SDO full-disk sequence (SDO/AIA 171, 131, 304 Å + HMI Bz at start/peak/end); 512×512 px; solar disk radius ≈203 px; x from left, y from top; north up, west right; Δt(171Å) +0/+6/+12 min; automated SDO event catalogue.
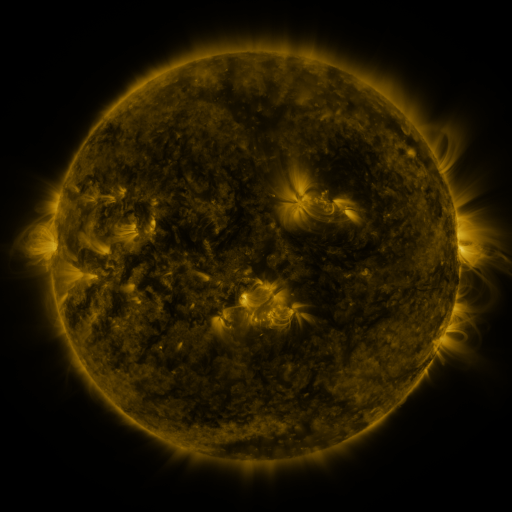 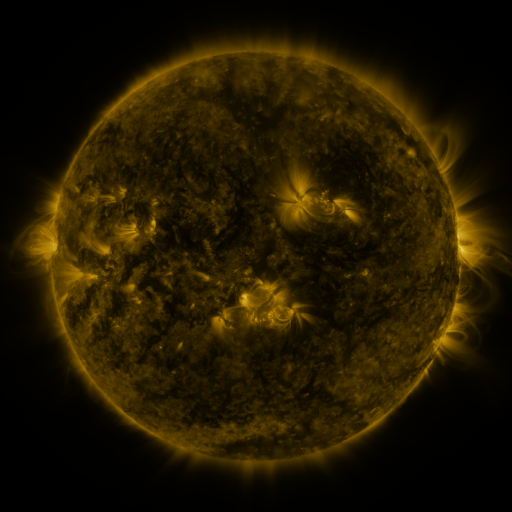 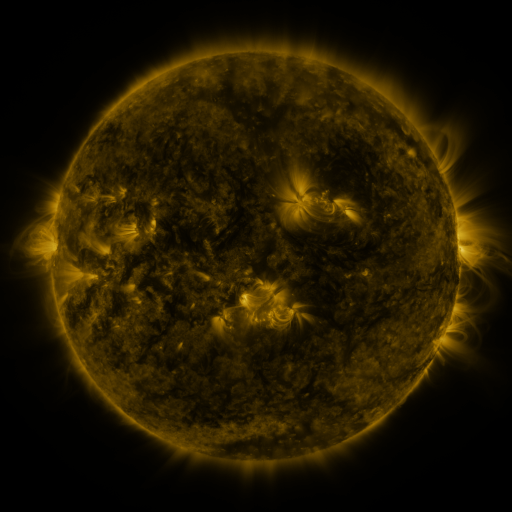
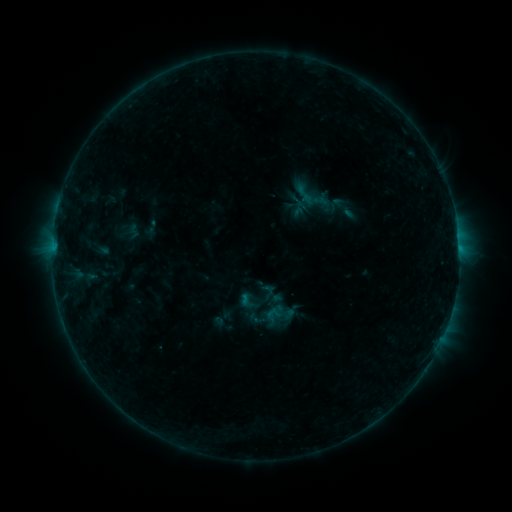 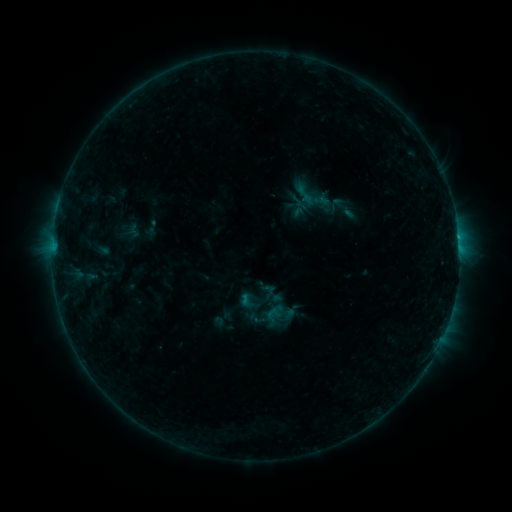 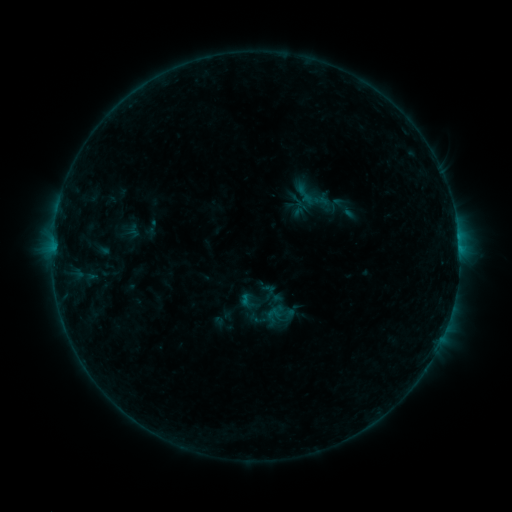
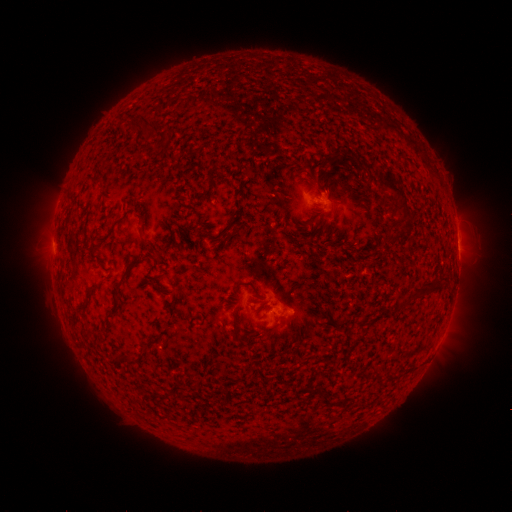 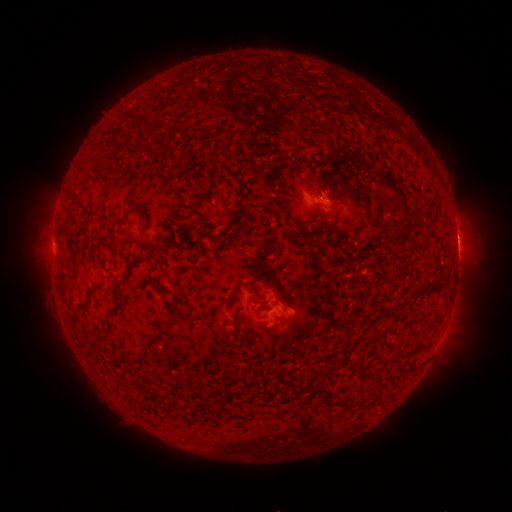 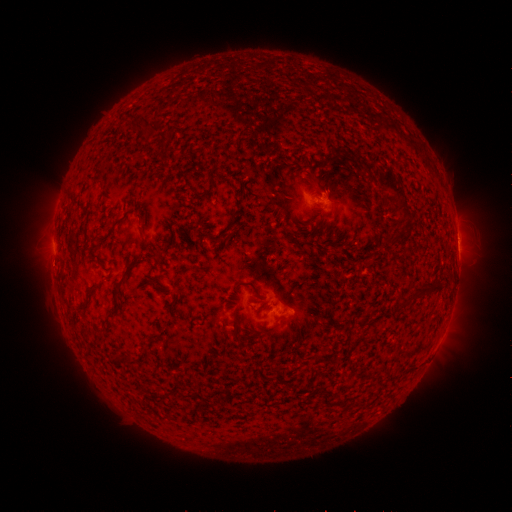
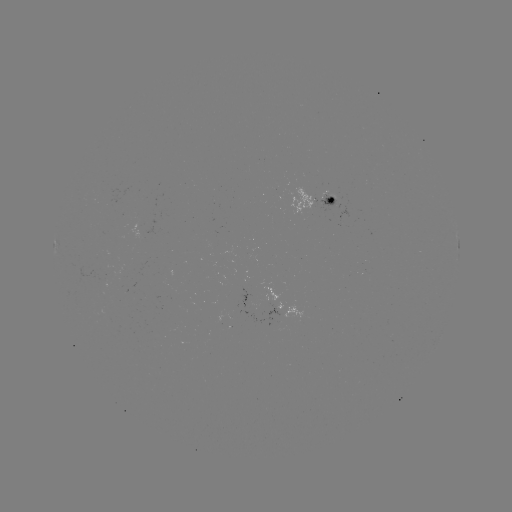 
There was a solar flare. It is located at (456, 238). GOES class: B5.3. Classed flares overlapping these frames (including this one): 1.